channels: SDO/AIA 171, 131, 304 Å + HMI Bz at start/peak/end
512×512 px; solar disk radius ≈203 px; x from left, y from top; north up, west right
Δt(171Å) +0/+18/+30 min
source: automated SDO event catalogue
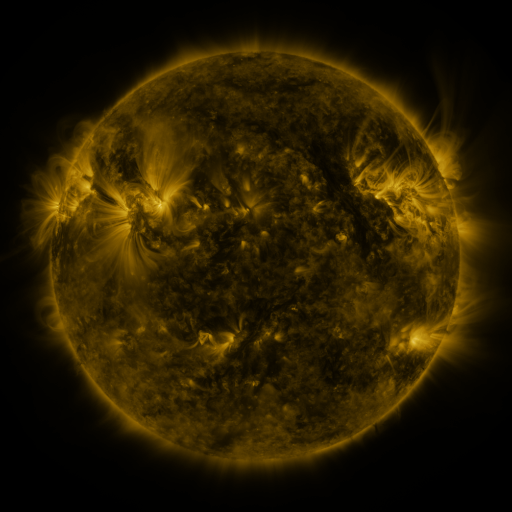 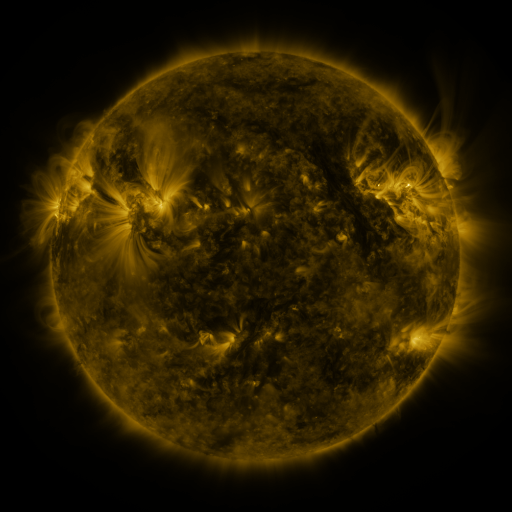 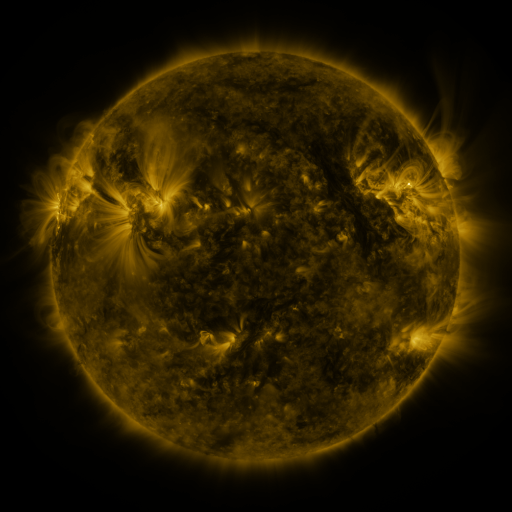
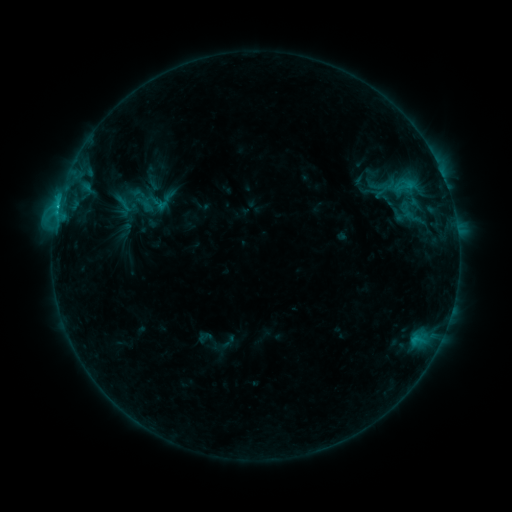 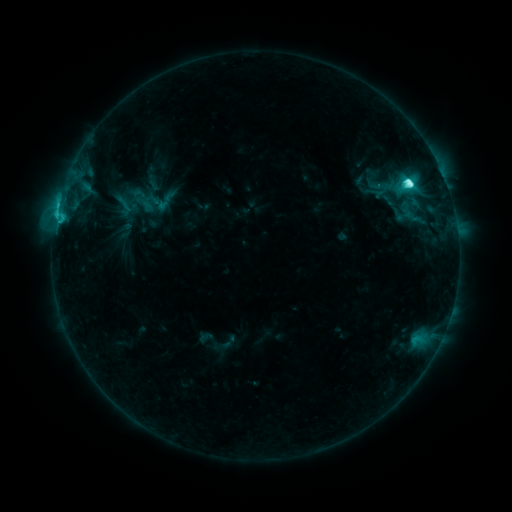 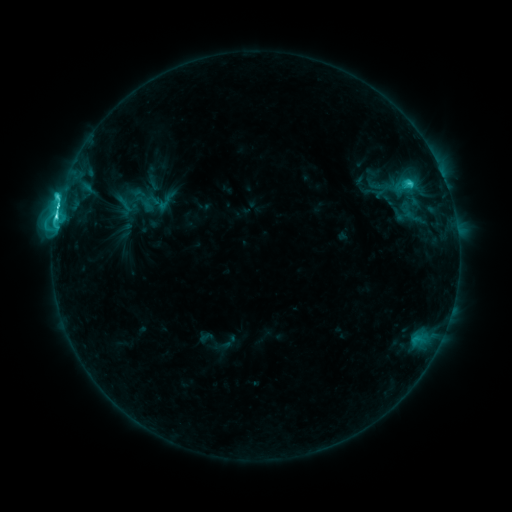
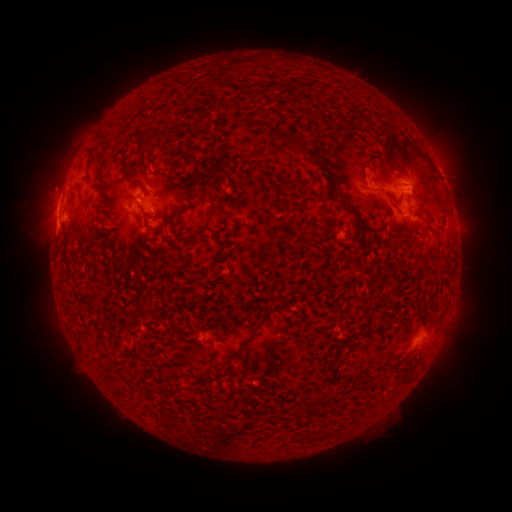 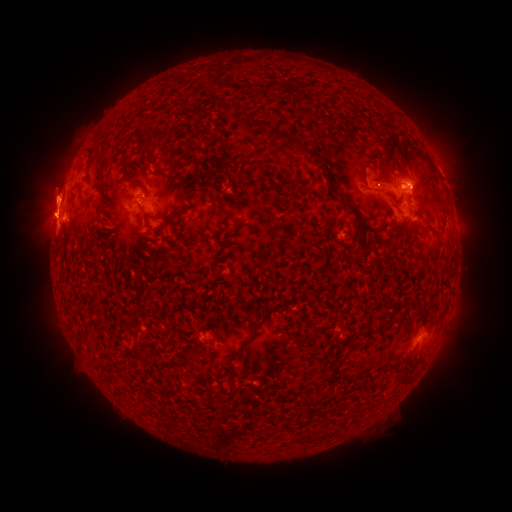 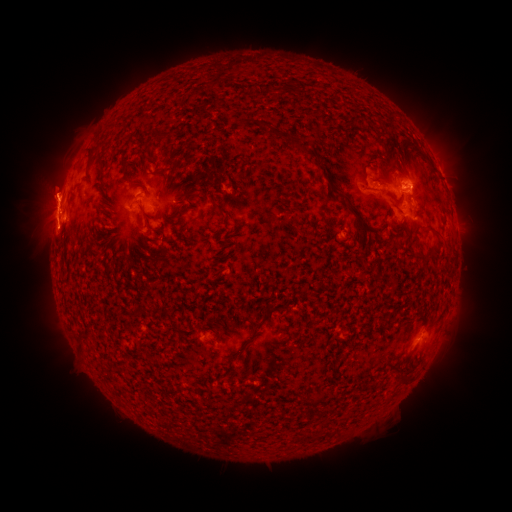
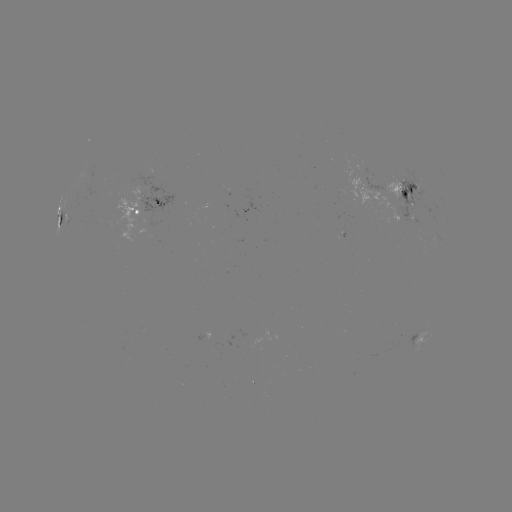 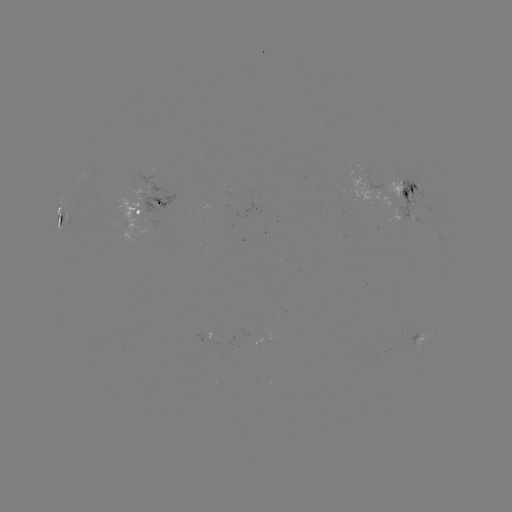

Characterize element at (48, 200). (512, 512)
eruption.